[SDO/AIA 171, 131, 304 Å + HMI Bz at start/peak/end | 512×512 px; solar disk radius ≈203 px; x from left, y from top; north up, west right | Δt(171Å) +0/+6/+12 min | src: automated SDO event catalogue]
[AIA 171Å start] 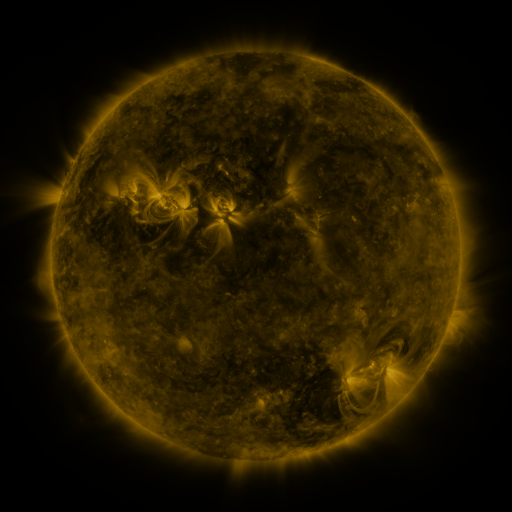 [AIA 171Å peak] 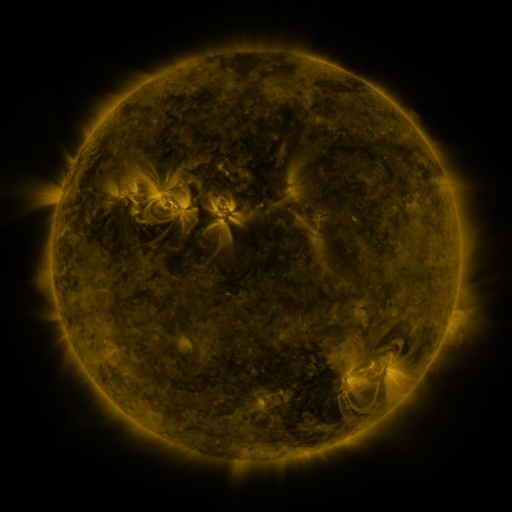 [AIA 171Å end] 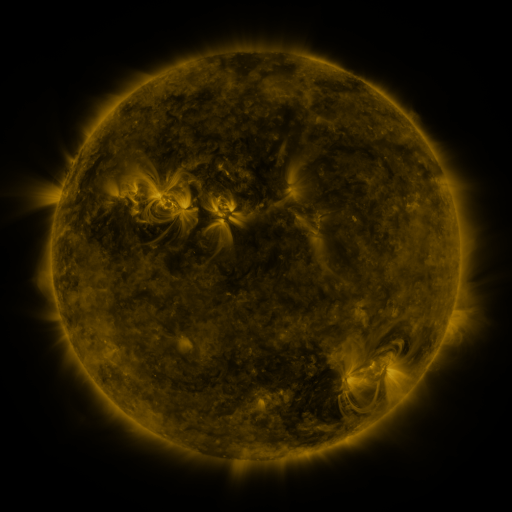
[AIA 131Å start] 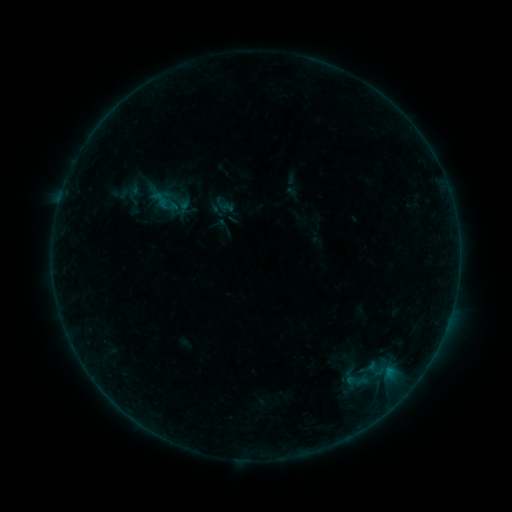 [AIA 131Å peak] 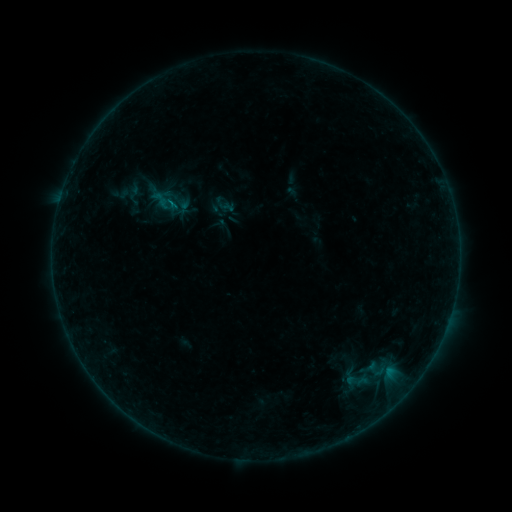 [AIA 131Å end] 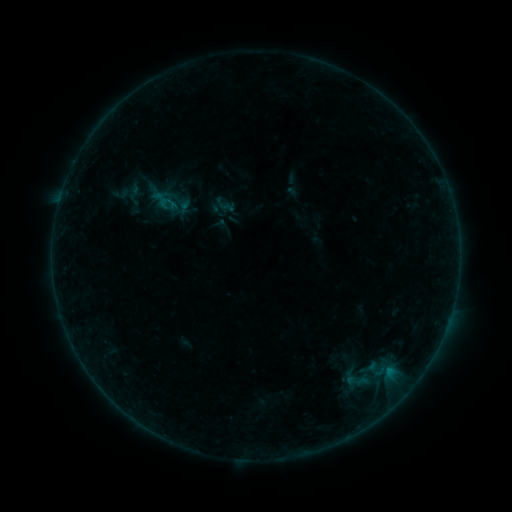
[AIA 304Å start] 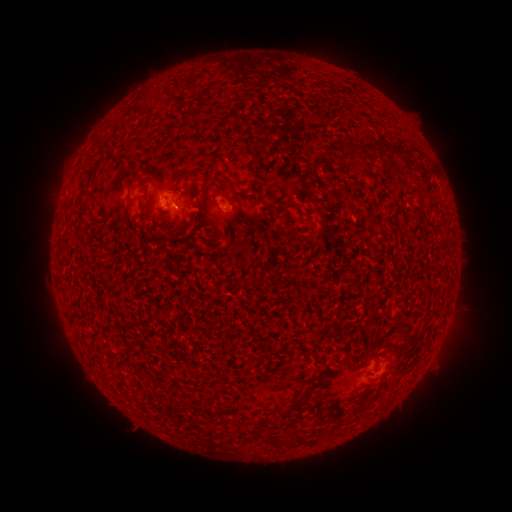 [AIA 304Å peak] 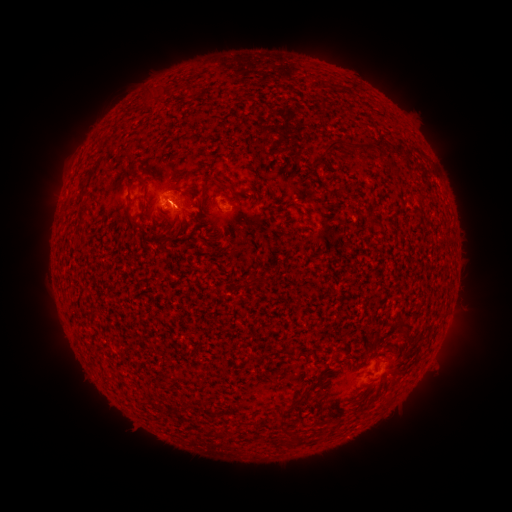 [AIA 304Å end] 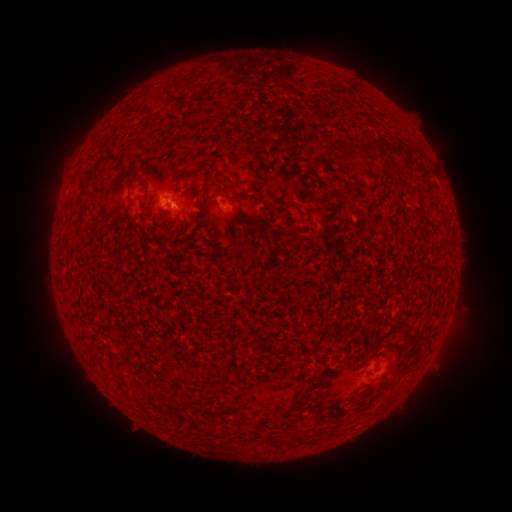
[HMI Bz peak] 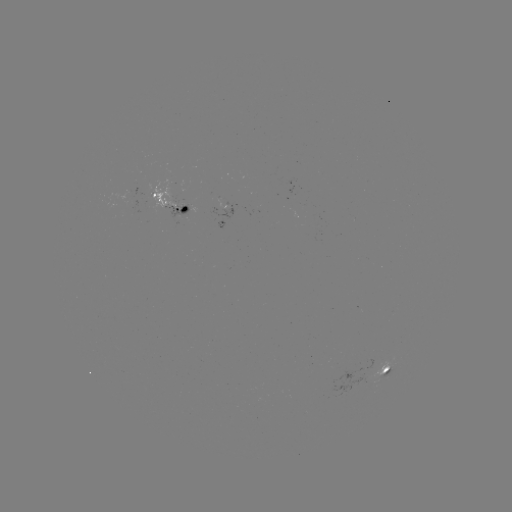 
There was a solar flare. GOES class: B2.0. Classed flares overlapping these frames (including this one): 1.